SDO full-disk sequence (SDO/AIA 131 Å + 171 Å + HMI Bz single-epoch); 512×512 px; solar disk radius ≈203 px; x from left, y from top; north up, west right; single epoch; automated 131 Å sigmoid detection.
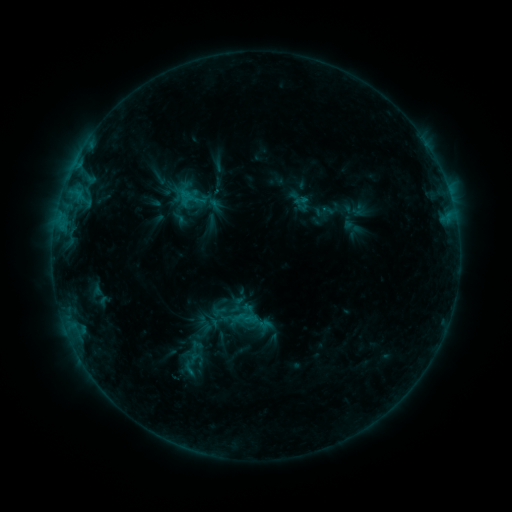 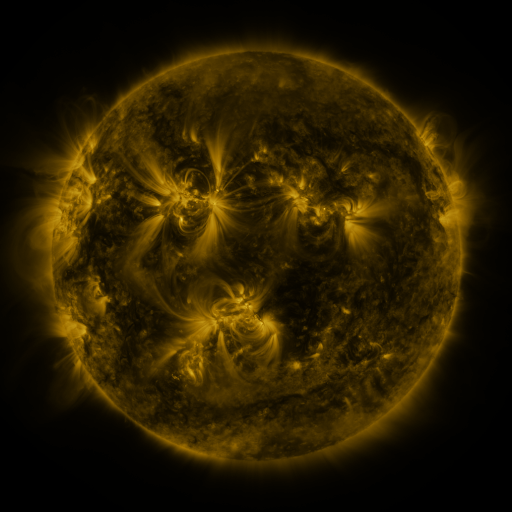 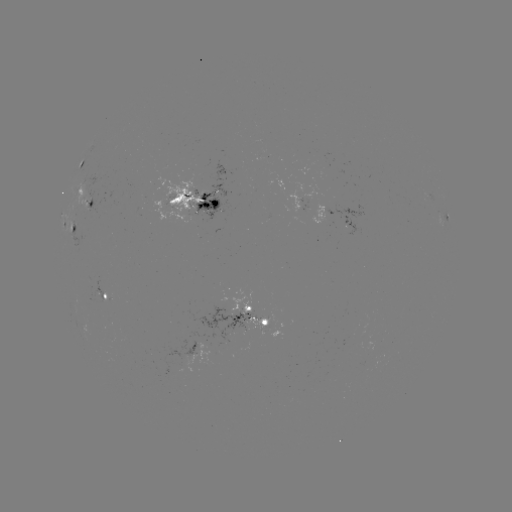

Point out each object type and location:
sigmoid: <bbox>180, 182, 206, 210</bbox>
